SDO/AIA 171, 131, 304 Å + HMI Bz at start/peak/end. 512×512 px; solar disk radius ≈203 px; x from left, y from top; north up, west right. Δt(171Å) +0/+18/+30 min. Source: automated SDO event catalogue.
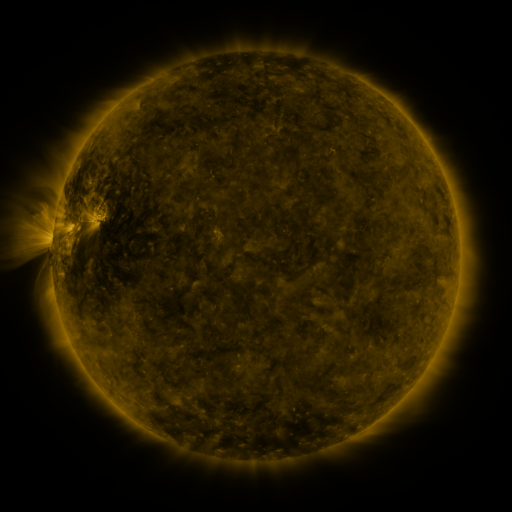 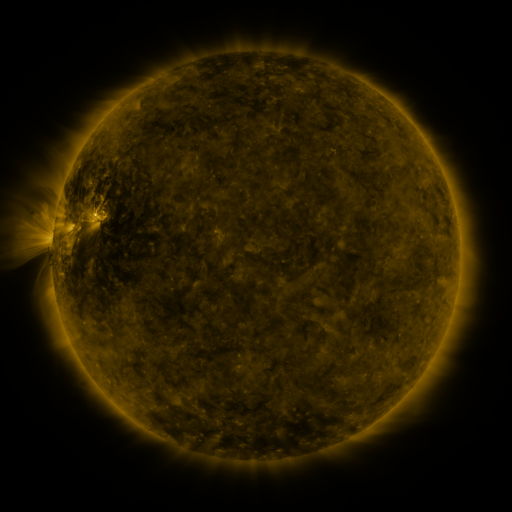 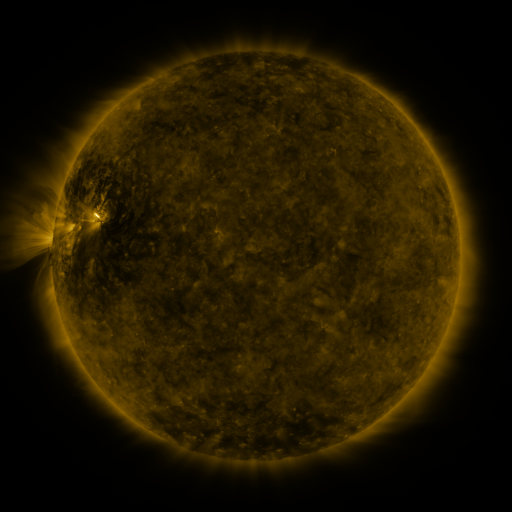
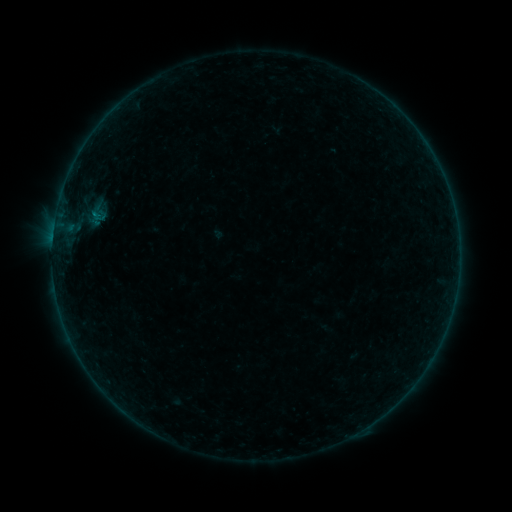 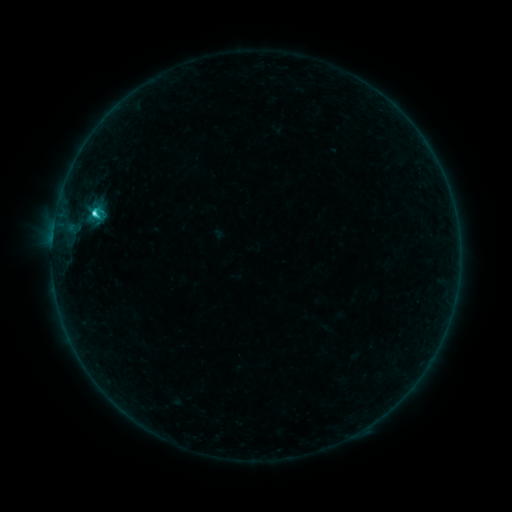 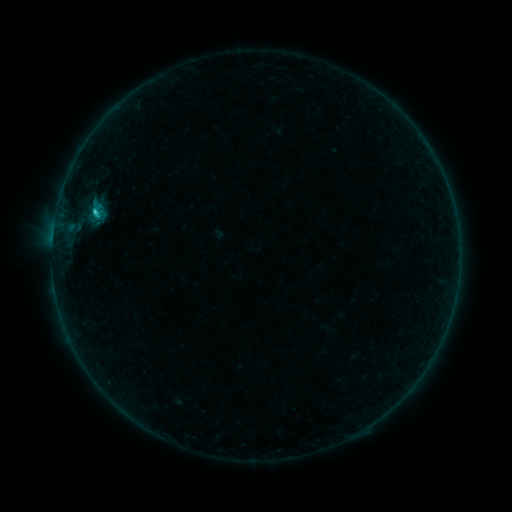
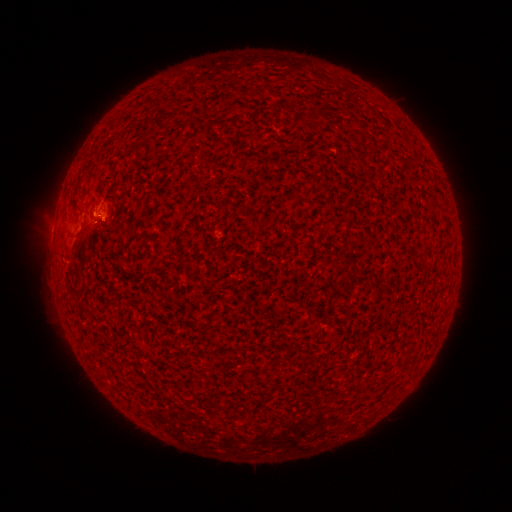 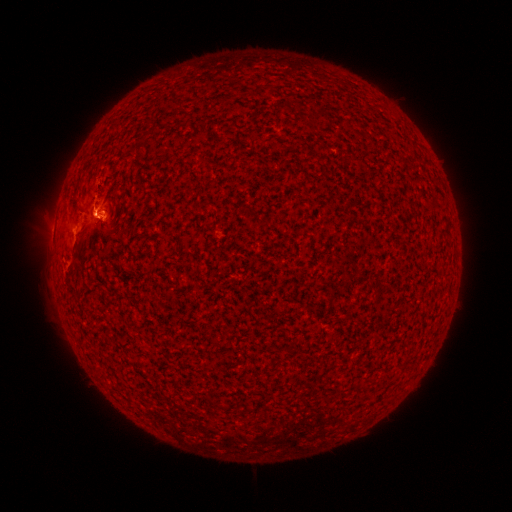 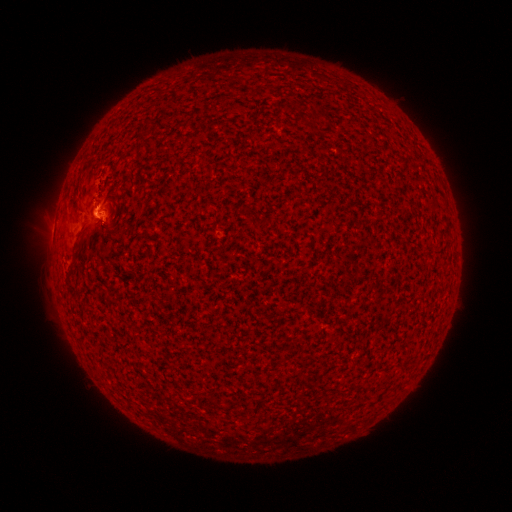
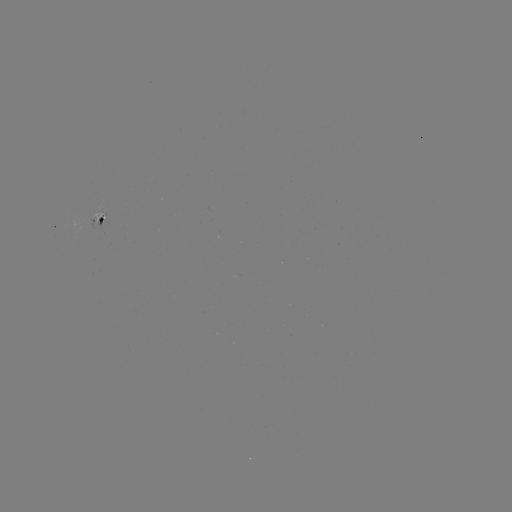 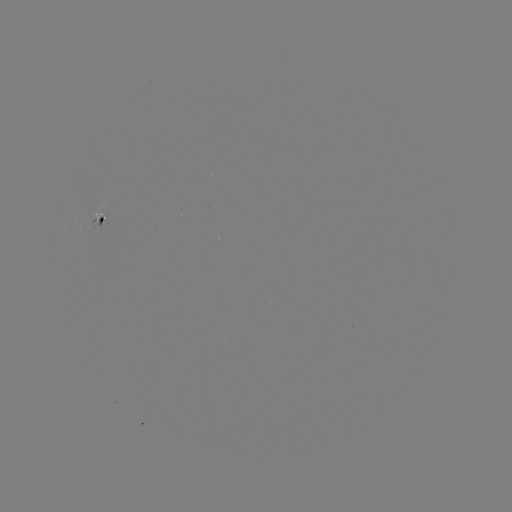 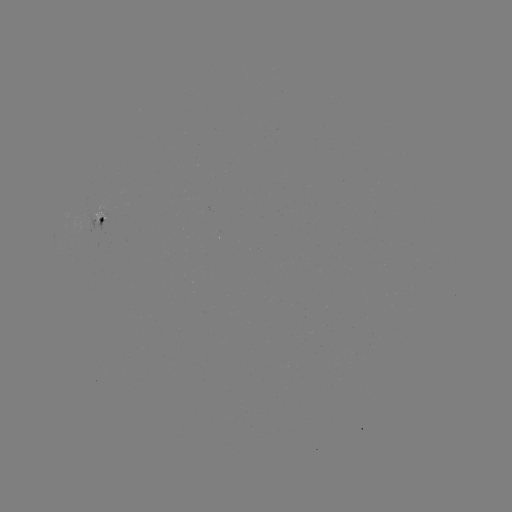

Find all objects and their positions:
C1.7 flare: (95, 216)
